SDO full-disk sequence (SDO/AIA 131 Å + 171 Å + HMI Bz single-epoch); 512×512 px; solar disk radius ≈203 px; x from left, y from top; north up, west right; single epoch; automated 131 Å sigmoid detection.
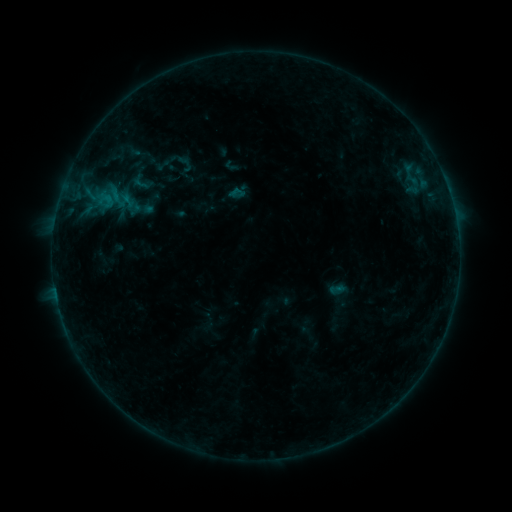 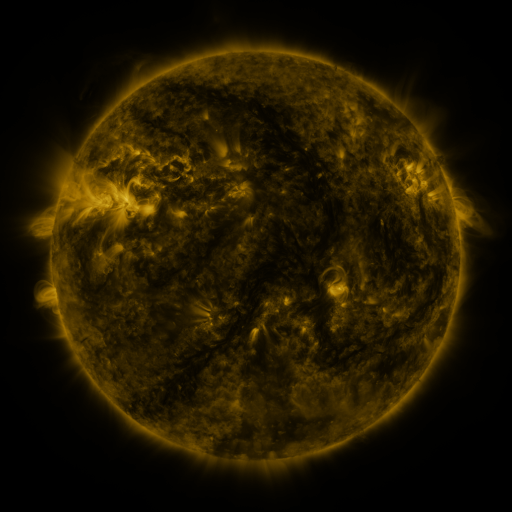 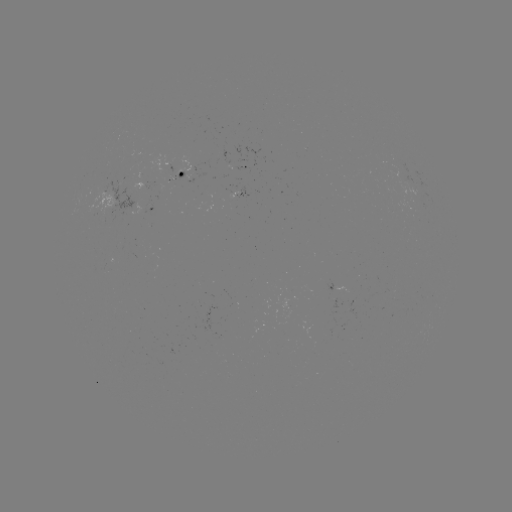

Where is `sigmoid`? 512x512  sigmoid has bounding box [228, 184, 245, 201].